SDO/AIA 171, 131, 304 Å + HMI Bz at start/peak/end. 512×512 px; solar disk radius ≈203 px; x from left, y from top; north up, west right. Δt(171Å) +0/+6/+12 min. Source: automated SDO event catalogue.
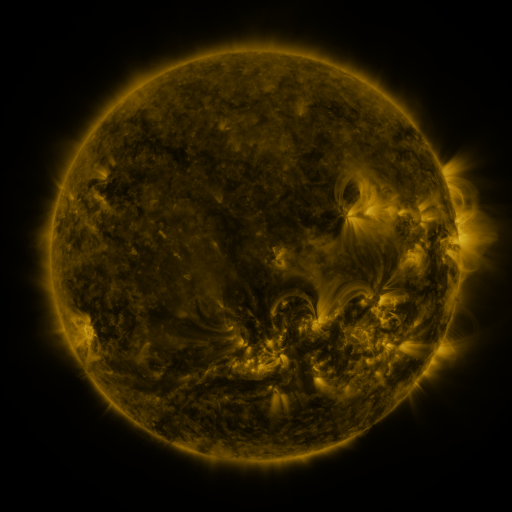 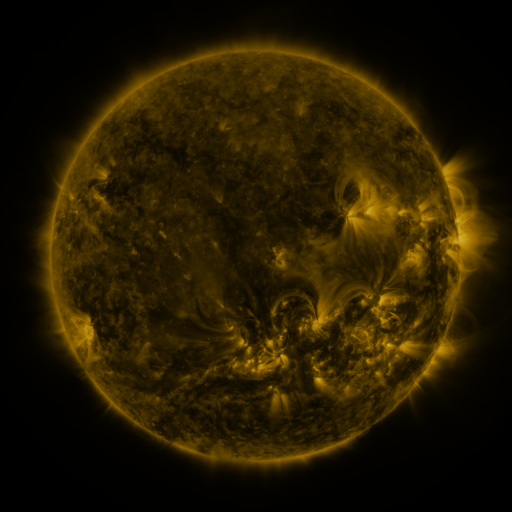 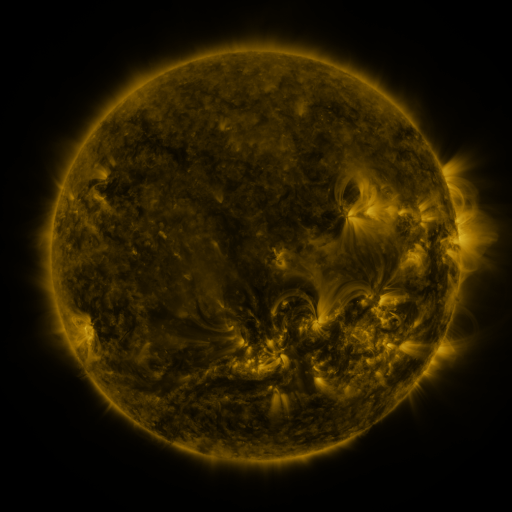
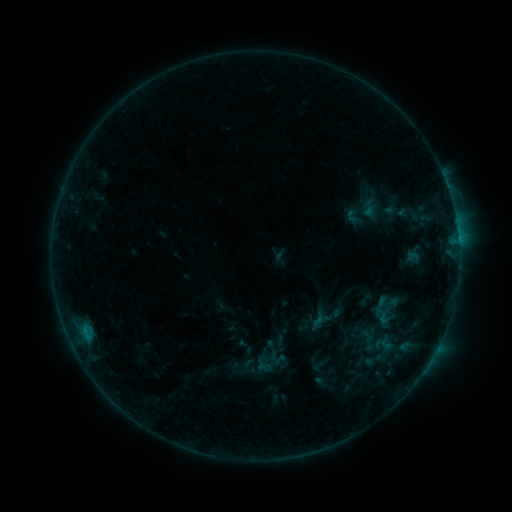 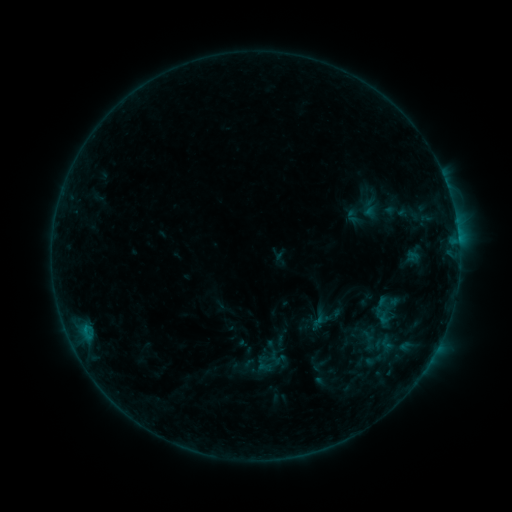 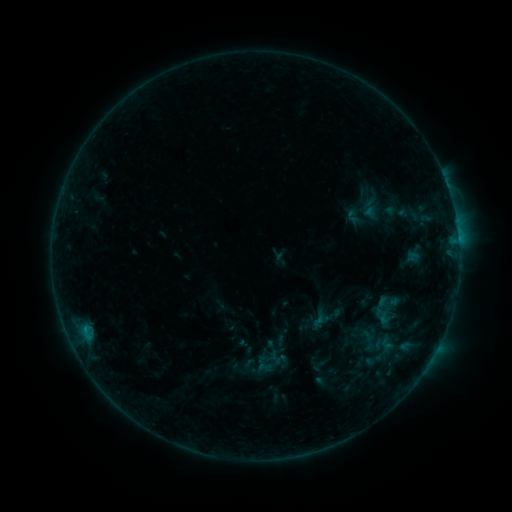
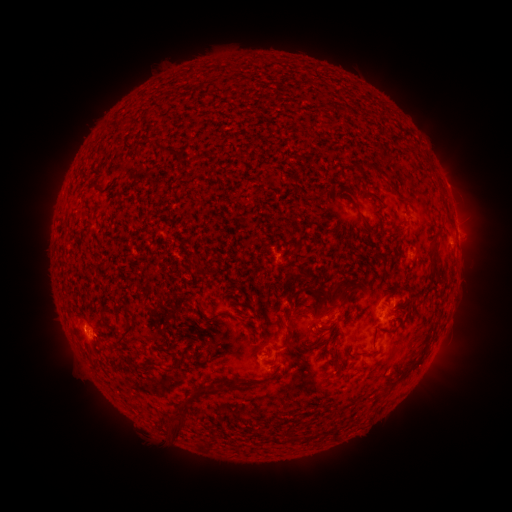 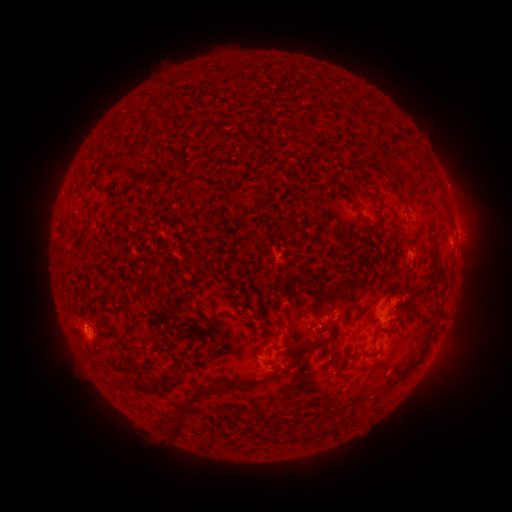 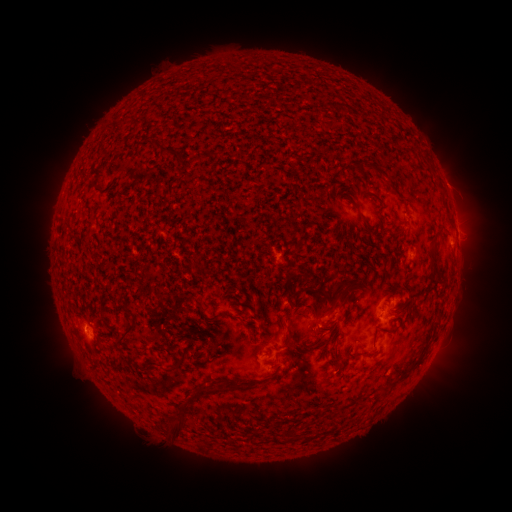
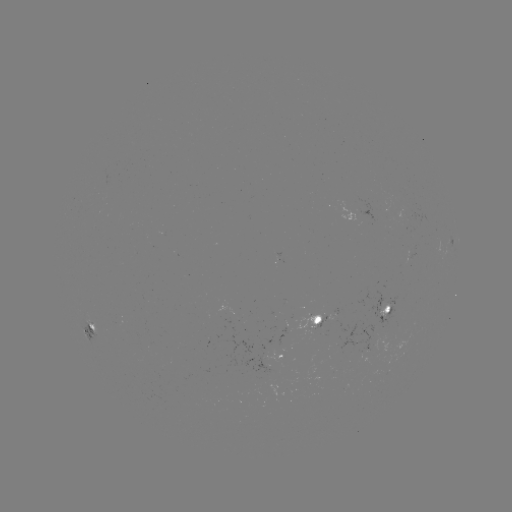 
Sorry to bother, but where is B3.4 flare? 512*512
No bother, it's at [458, 242].